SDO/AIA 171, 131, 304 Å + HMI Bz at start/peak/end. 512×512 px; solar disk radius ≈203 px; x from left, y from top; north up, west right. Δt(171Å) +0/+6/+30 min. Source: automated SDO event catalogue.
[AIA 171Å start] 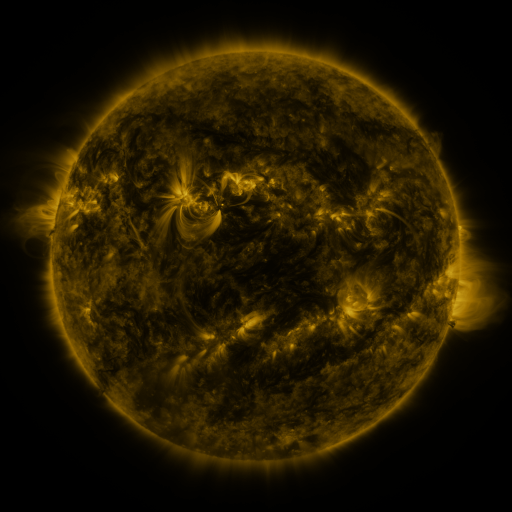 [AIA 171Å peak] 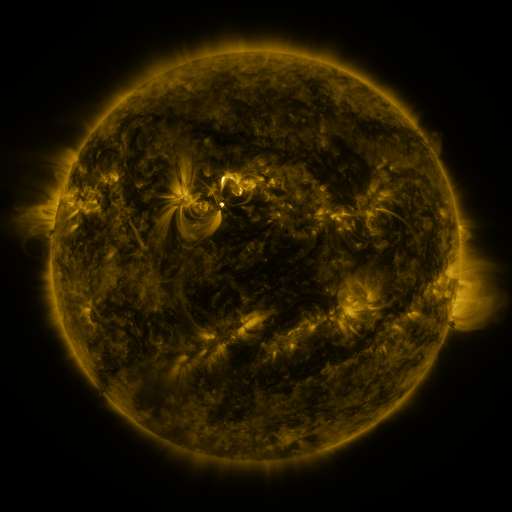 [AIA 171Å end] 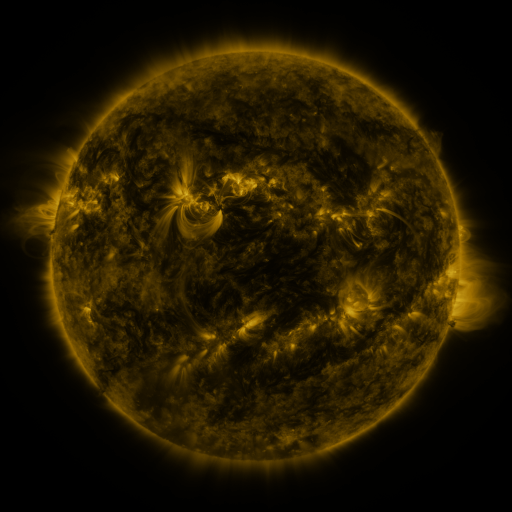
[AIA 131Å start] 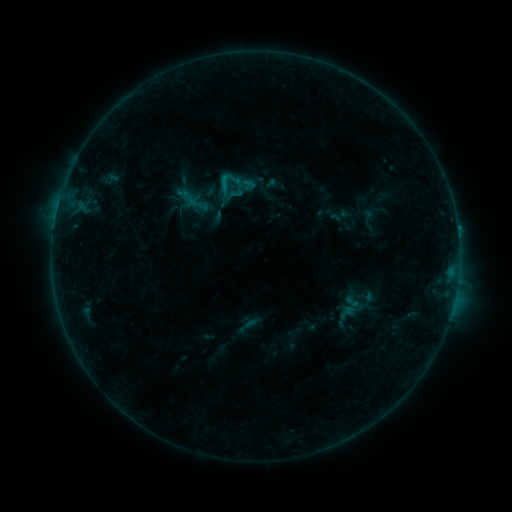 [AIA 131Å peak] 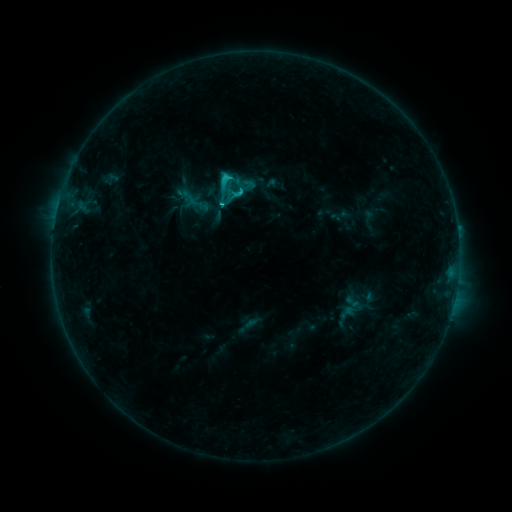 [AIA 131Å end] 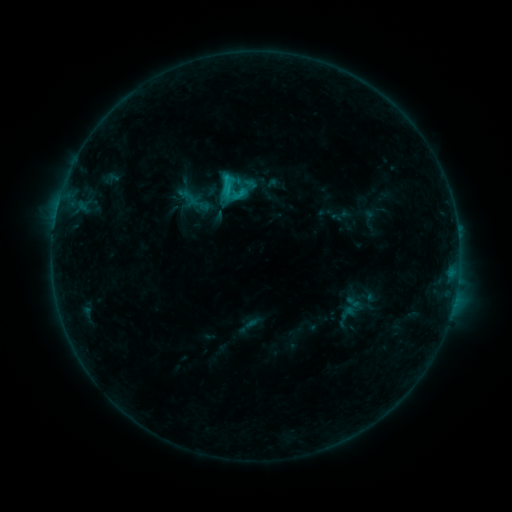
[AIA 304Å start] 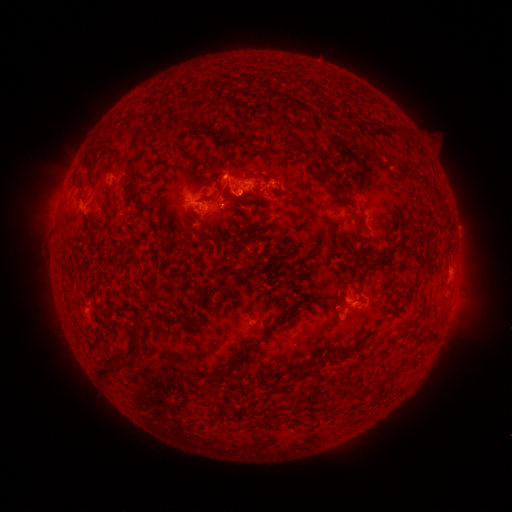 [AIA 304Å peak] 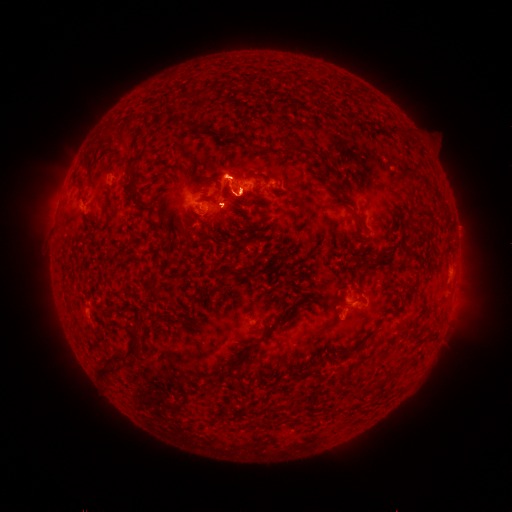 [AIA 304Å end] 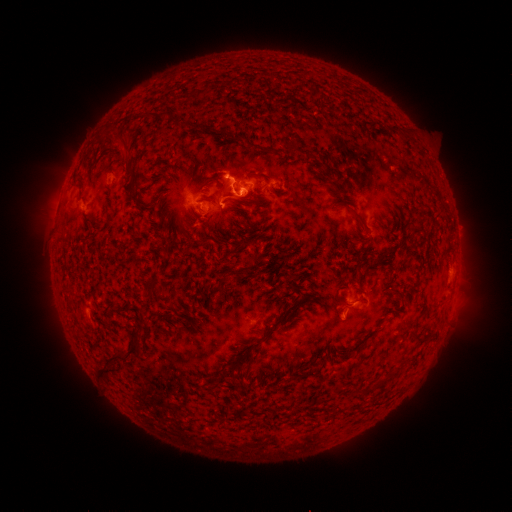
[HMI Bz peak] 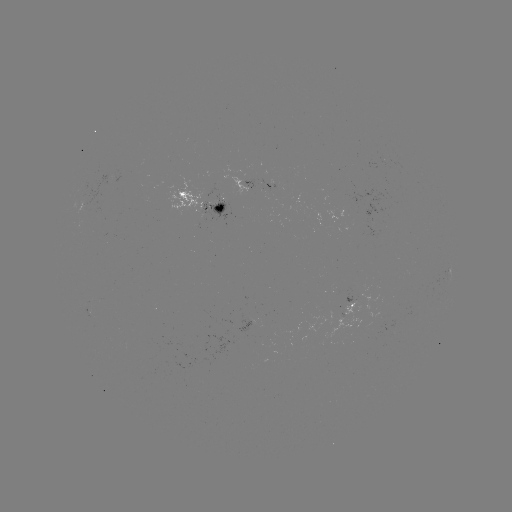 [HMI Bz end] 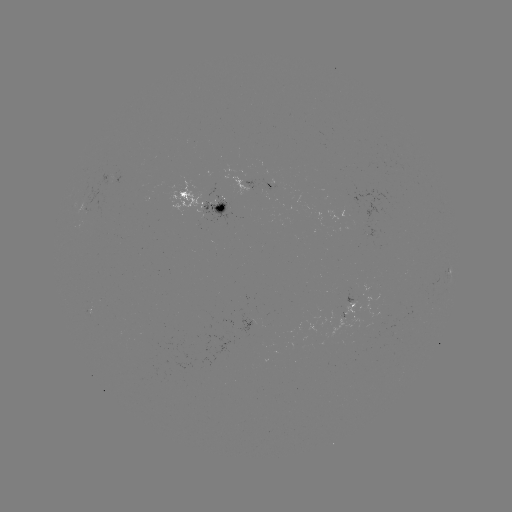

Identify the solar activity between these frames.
C4.6 flare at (242, 192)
